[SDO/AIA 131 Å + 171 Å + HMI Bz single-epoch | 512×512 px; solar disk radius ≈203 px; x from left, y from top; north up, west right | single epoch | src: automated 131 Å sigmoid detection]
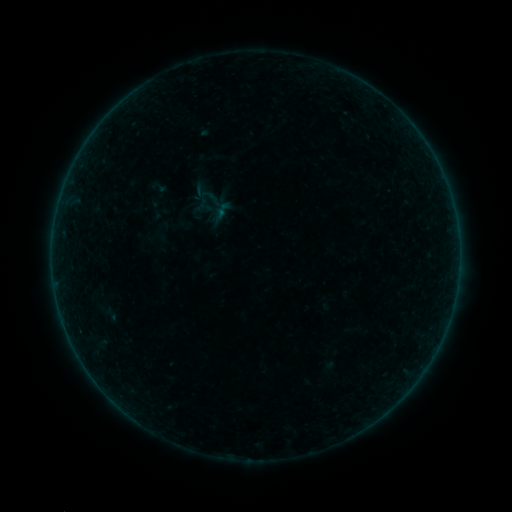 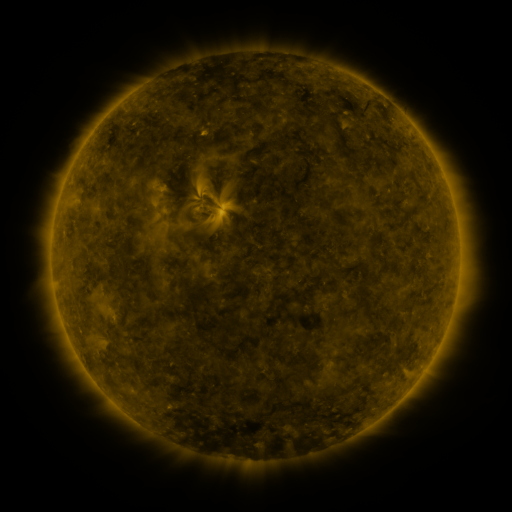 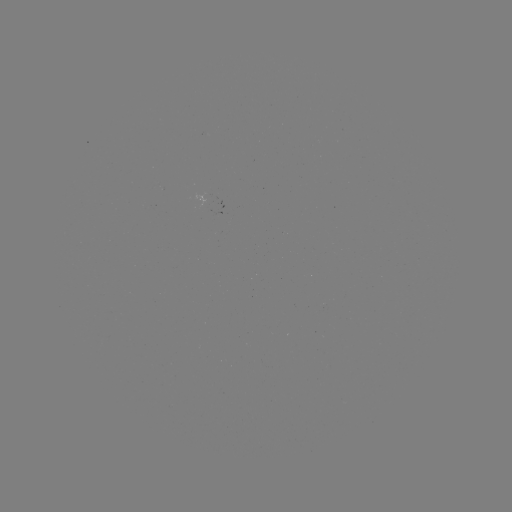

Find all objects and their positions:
sigmoid: (215, 204)
